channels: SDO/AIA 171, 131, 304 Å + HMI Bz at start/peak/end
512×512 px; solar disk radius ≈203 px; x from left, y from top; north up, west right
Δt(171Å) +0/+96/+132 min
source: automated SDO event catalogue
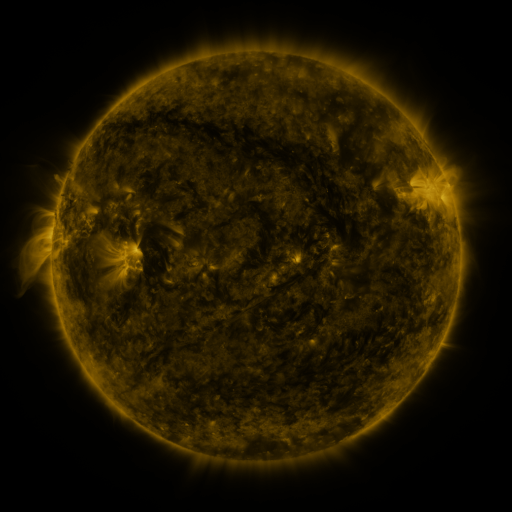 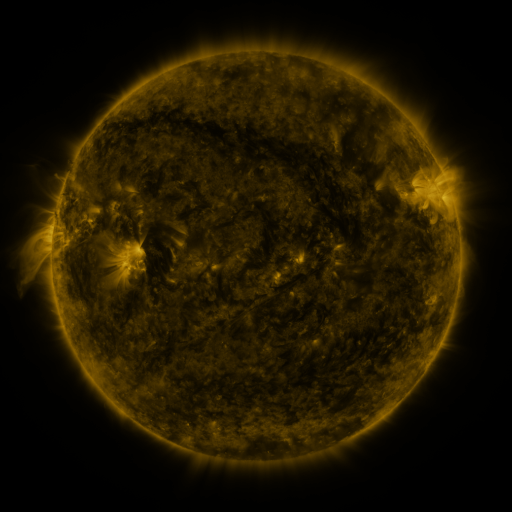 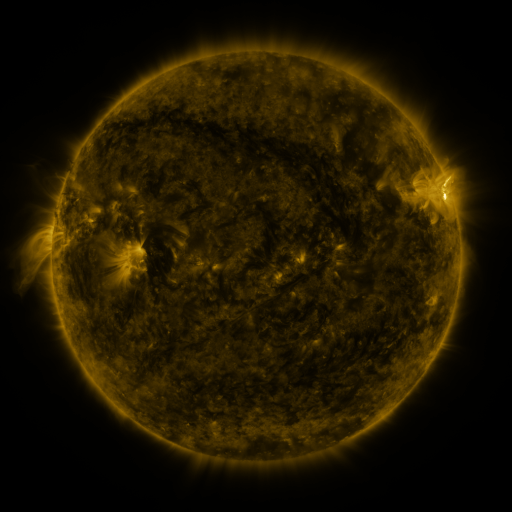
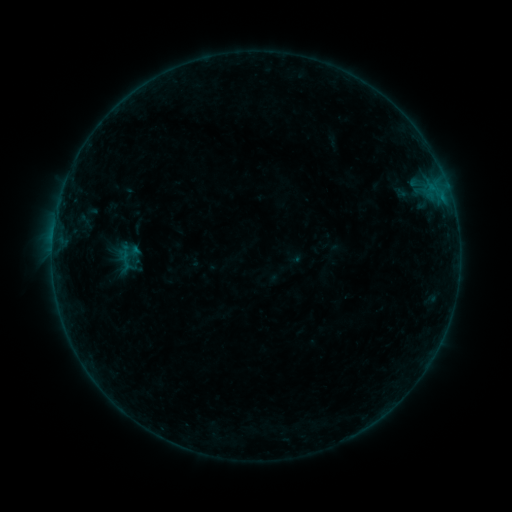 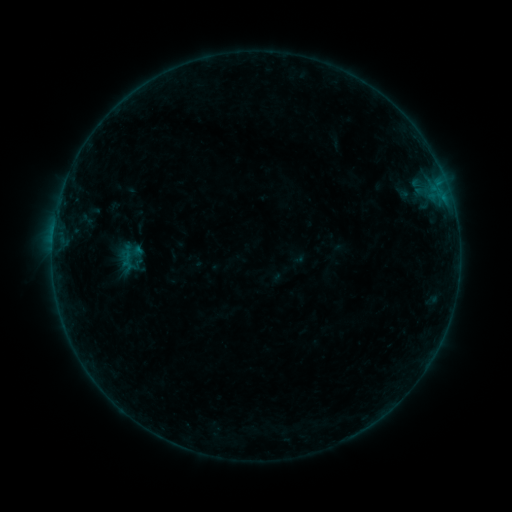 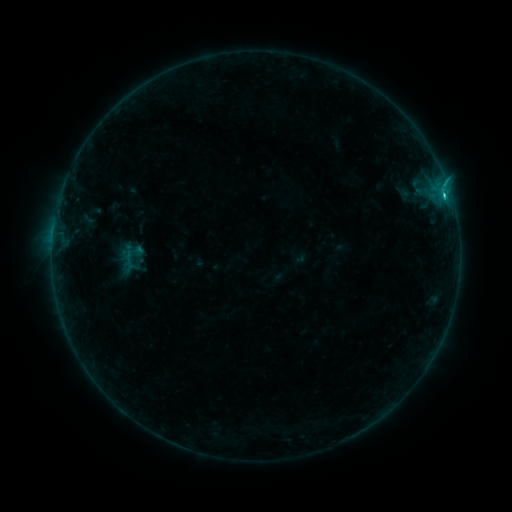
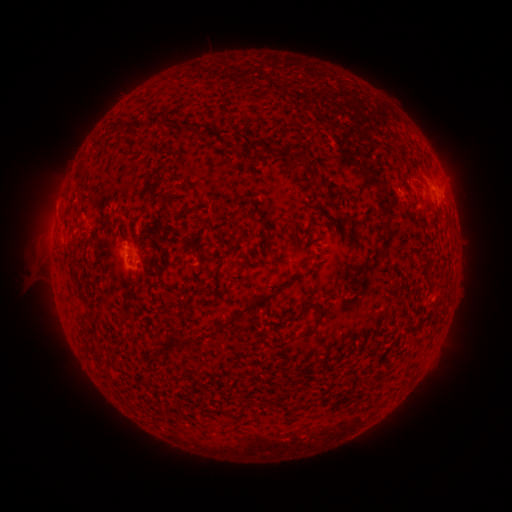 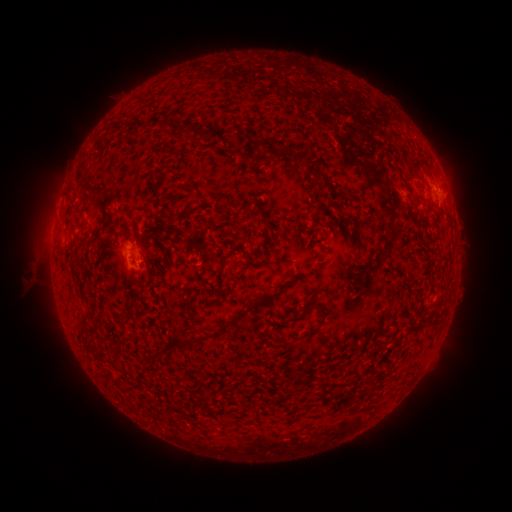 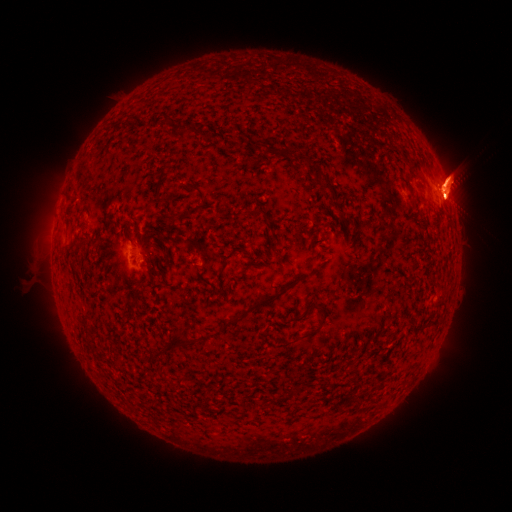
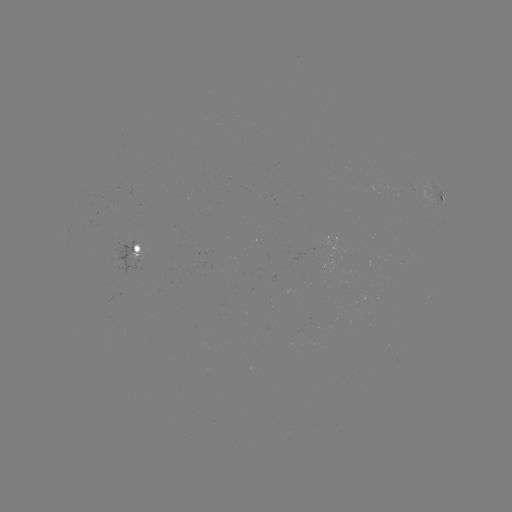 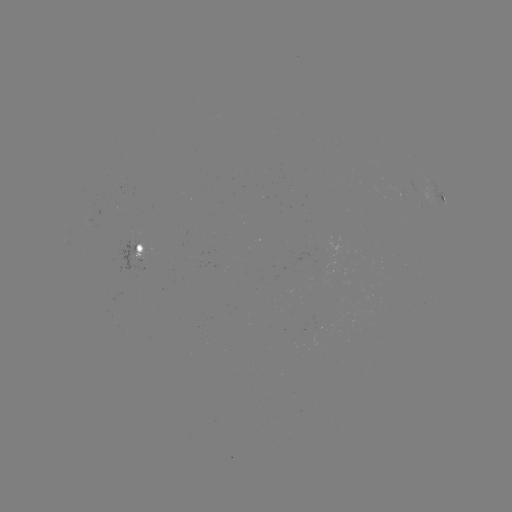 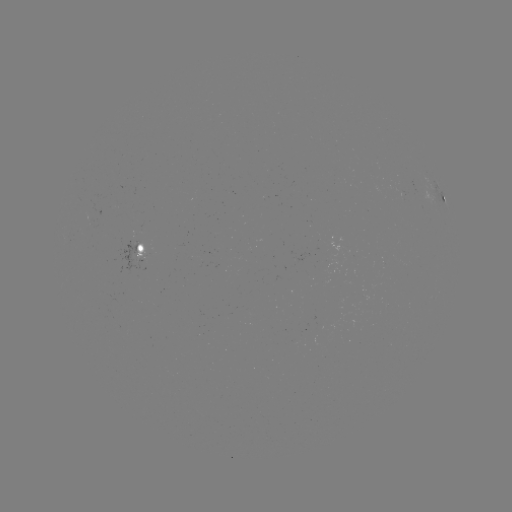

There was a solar emerging-flux region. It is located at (404, 186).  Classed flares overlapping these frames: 1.